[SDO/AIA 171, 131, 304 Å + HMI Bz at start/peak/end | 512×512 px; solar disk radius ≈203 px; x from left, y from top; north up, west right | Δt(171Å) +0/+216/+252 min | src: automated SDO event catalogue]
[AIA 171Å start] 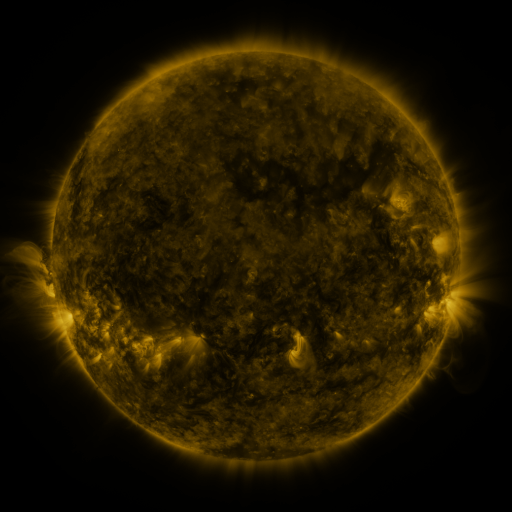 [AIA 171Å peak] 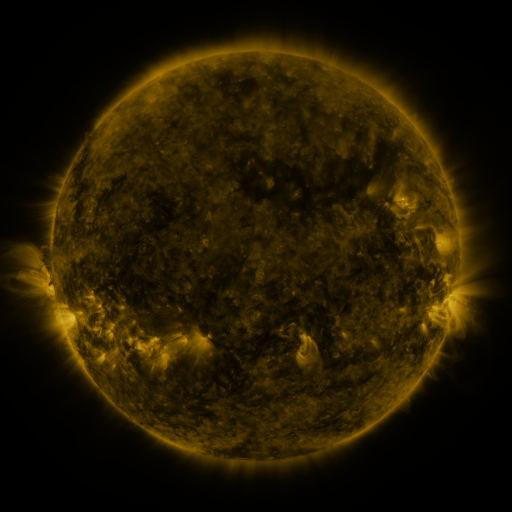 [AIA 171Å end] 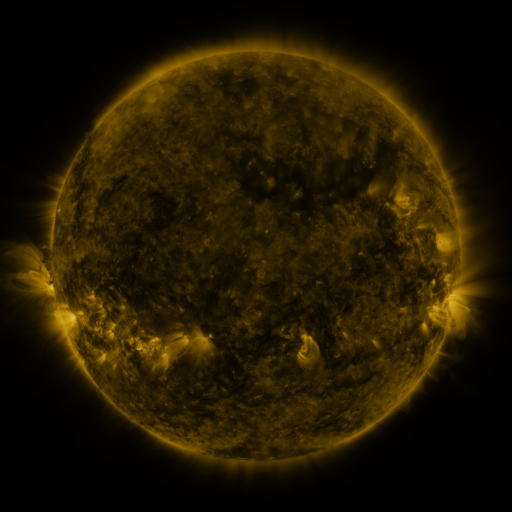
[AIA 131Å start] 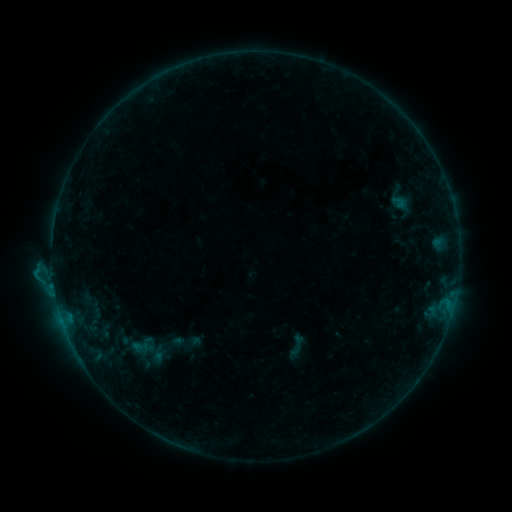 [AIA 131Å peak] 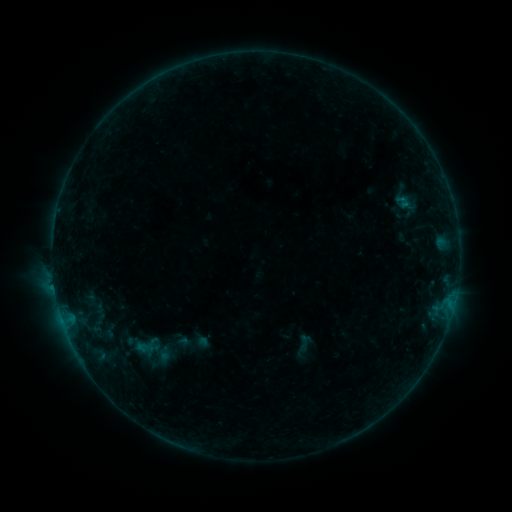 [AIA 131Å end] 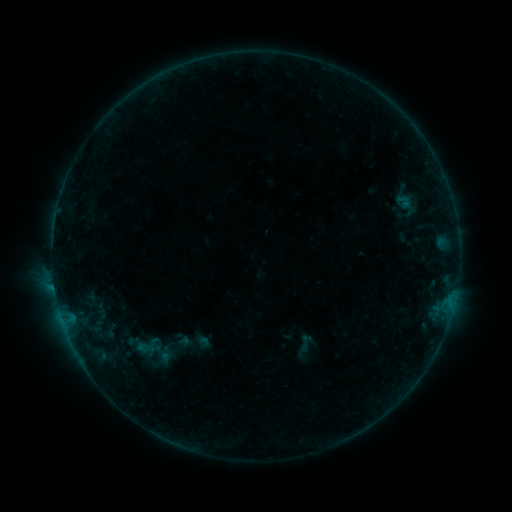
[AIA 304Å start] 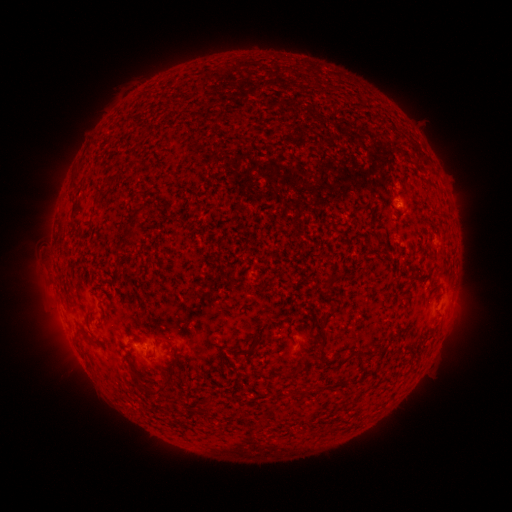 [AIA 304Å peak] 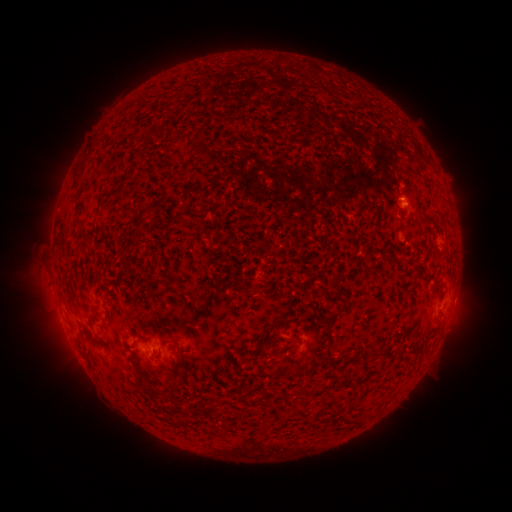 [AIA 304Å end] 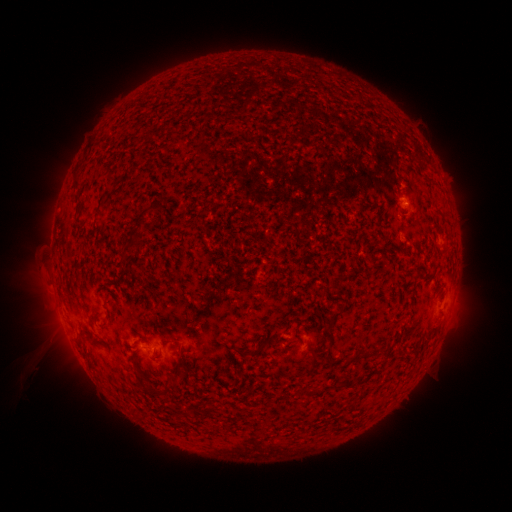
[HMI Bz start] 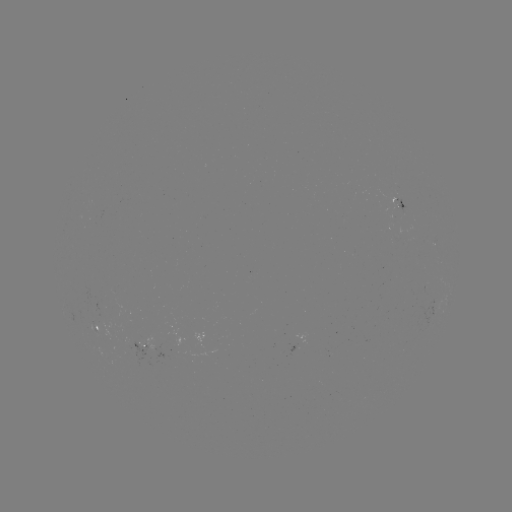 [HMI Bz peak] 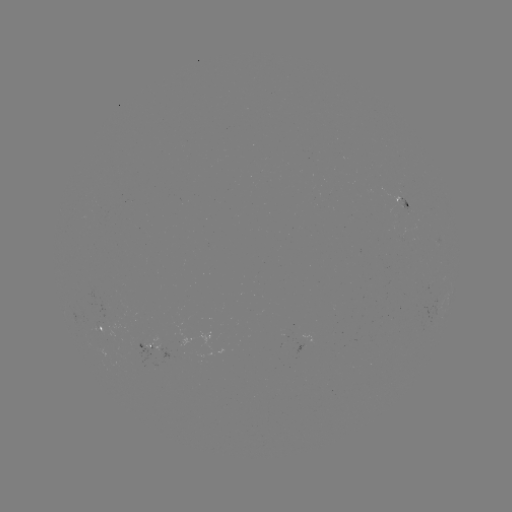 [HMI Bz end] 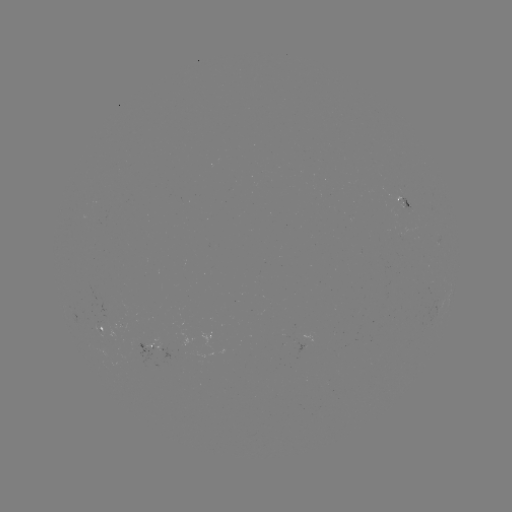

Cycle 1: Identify emerging-flux region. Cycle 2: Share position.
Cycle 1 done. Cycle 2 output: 398,207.